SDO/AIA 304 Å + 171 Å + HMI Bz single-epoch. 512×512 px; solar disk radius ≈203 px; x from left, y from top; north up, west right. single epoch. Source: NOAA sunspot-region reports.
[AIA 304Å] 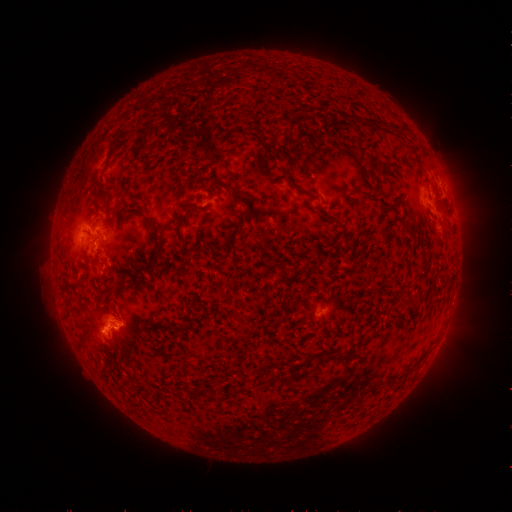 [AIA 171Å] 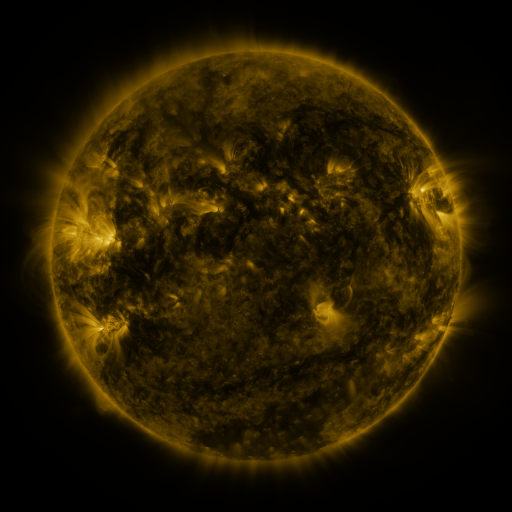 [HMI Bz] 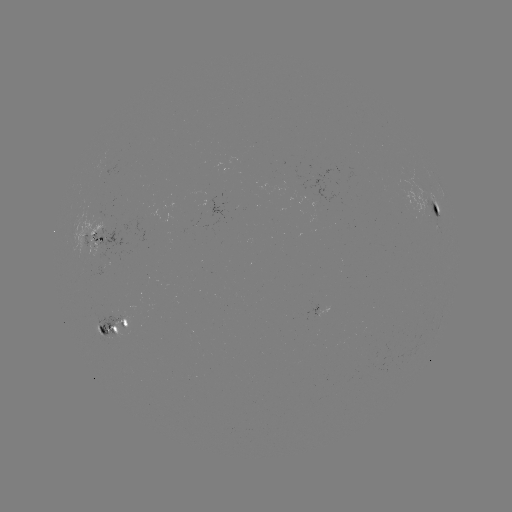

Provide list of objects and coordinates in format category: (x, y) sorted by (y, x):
spotted active region: (437, 210)
spotted active region: (435, 224)
spotted active region: (102, 237)
spotted active region: (114, 331)
